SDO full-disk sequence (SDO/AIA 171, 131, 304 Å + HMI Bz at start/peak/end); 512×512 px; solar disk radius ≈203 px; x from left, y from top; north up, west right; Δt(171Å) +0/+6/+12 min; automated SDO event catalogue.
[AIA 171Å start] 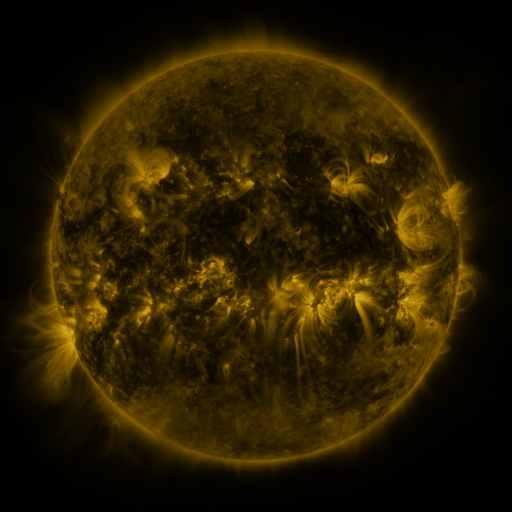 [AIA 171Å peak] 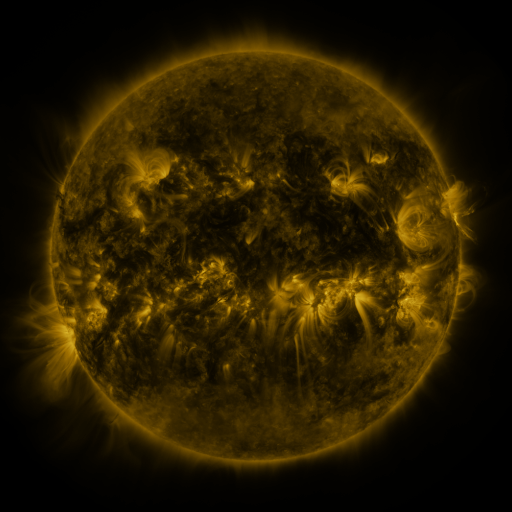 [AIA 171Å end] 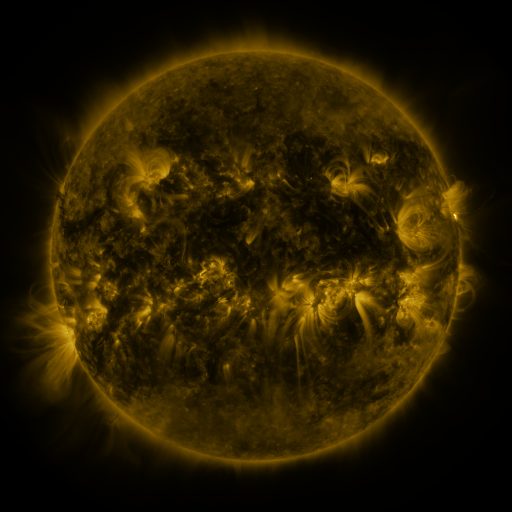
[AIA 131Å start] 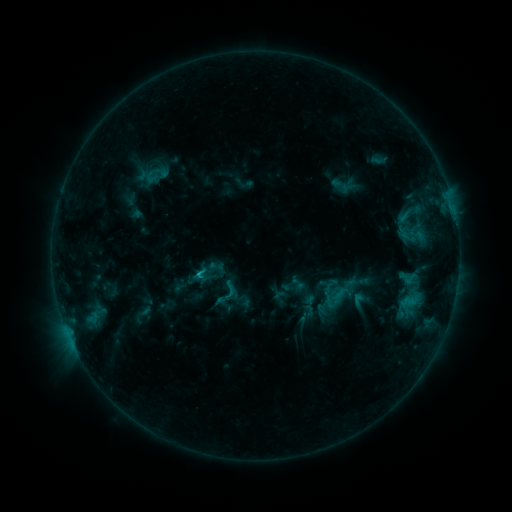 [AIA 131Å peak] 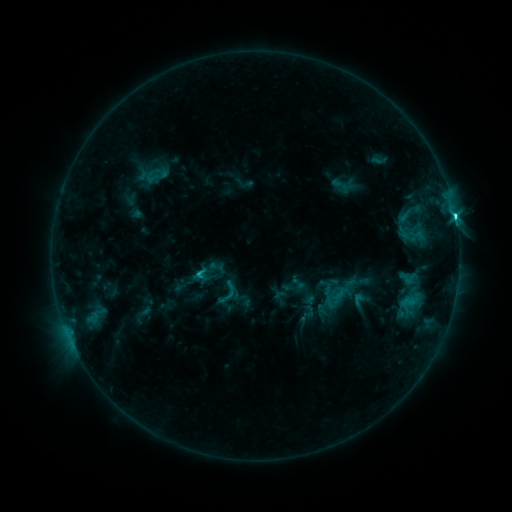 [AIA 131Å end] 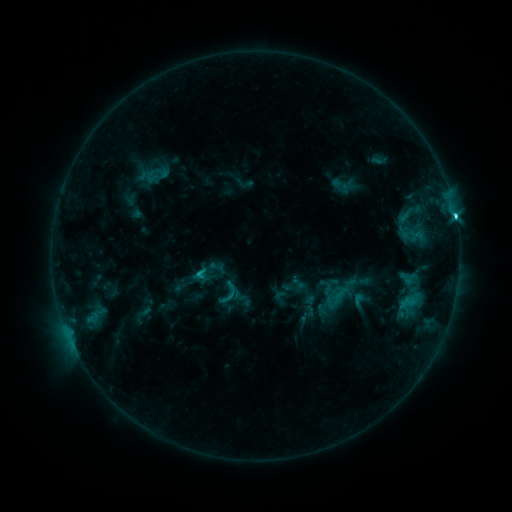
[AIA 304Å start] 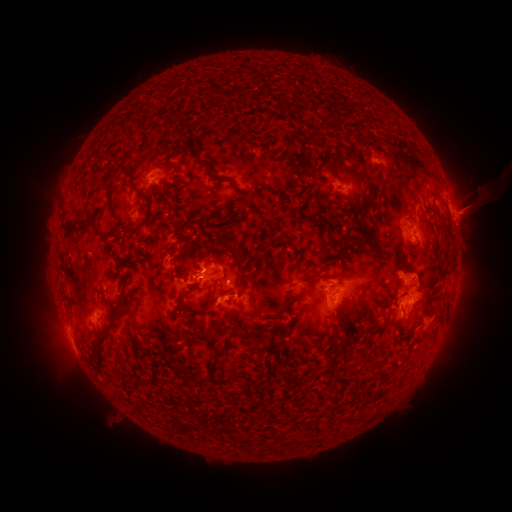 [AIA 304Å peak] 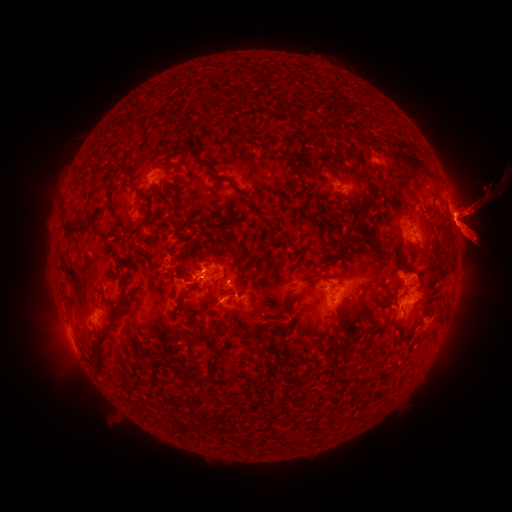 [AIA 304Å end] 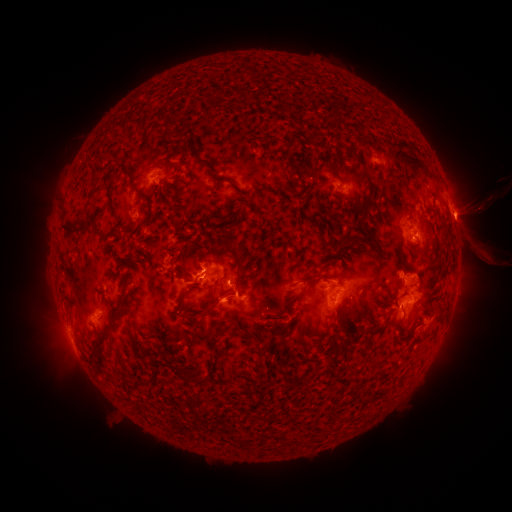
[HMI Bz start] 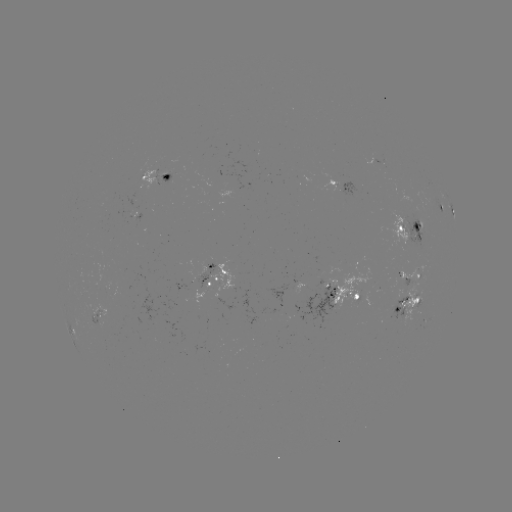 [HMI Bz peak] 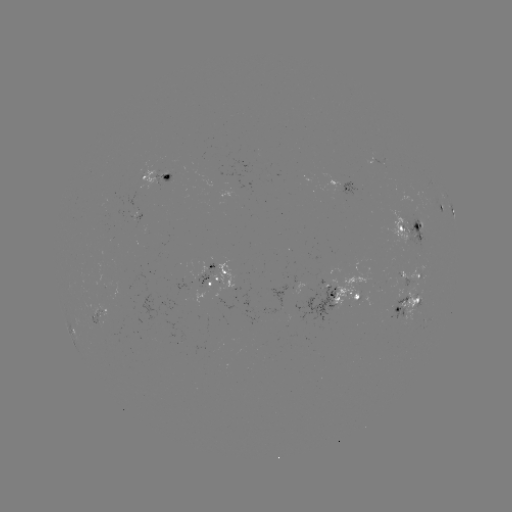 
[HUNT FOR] eruption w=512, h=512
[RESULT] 480,226